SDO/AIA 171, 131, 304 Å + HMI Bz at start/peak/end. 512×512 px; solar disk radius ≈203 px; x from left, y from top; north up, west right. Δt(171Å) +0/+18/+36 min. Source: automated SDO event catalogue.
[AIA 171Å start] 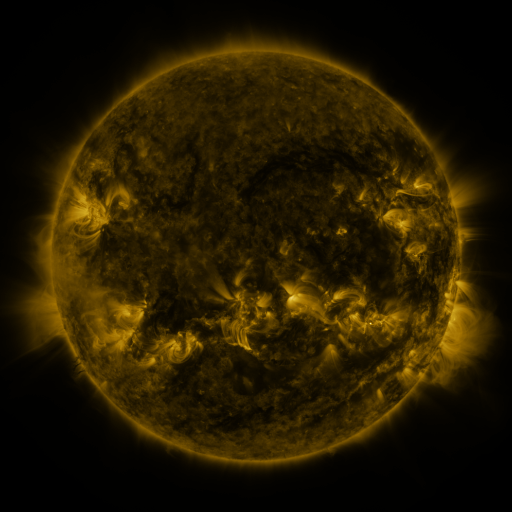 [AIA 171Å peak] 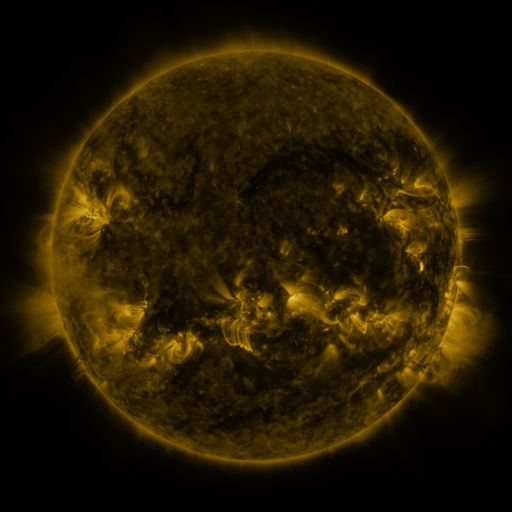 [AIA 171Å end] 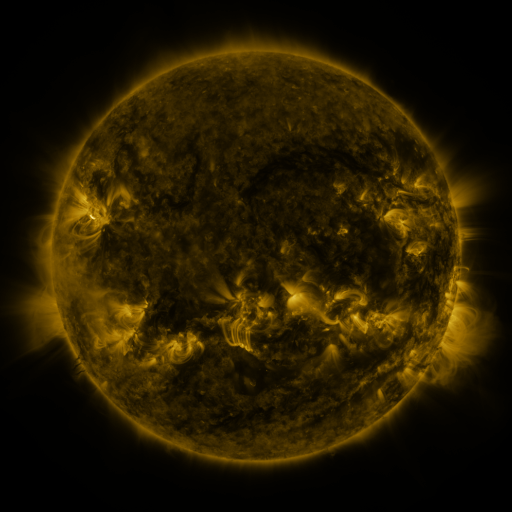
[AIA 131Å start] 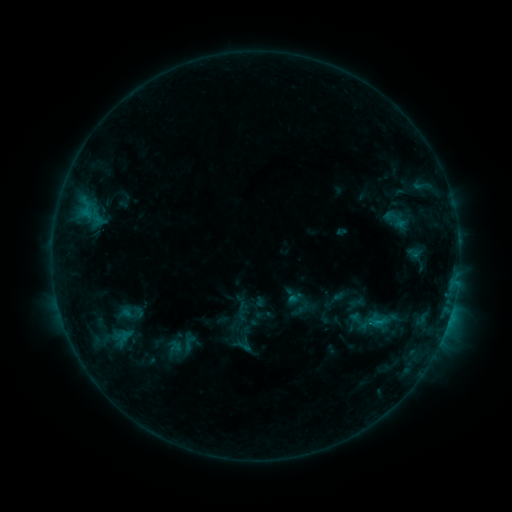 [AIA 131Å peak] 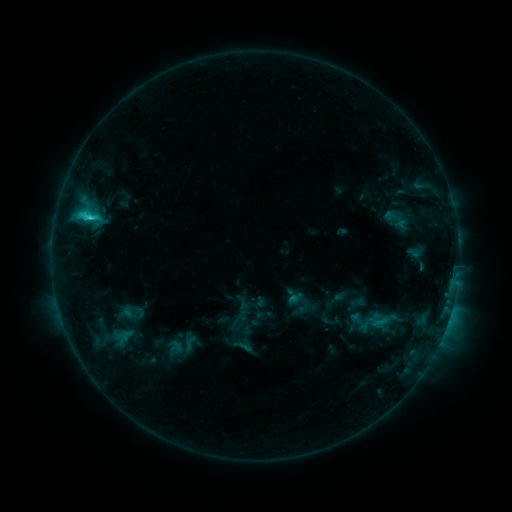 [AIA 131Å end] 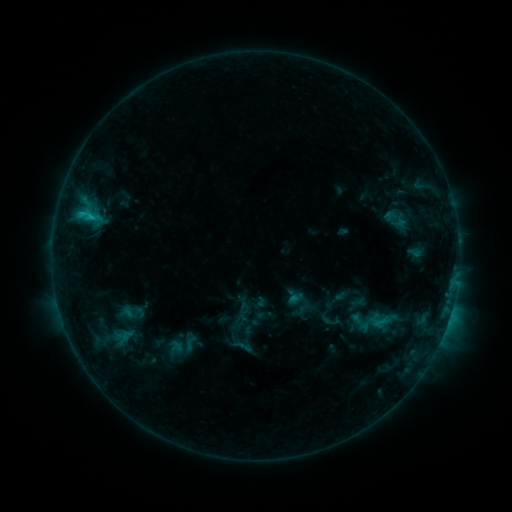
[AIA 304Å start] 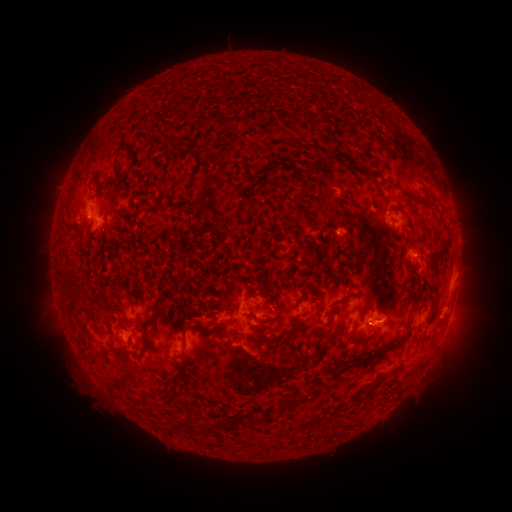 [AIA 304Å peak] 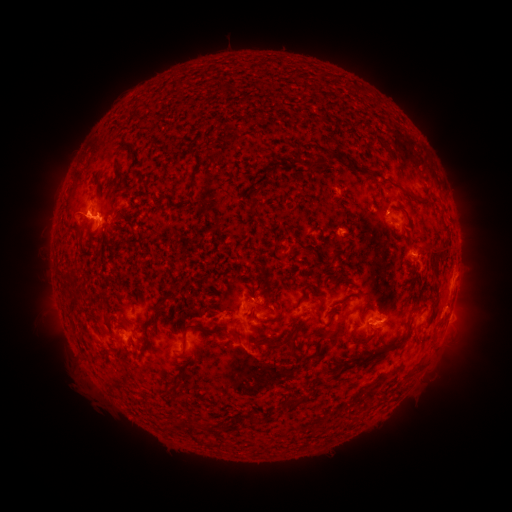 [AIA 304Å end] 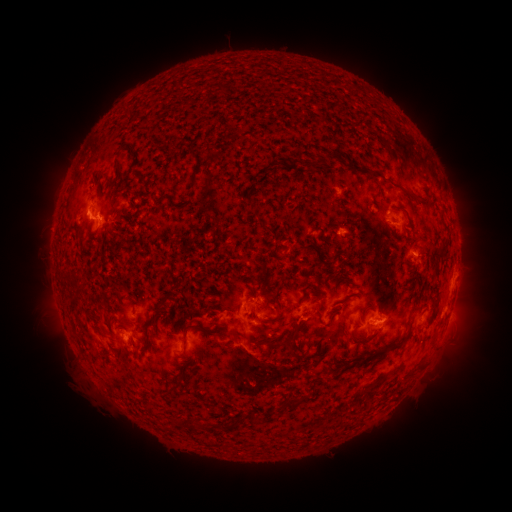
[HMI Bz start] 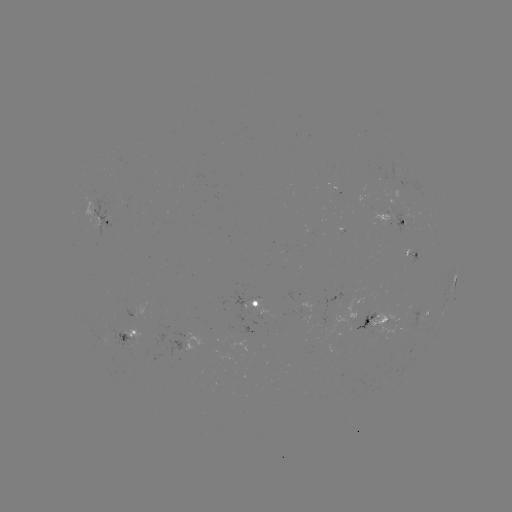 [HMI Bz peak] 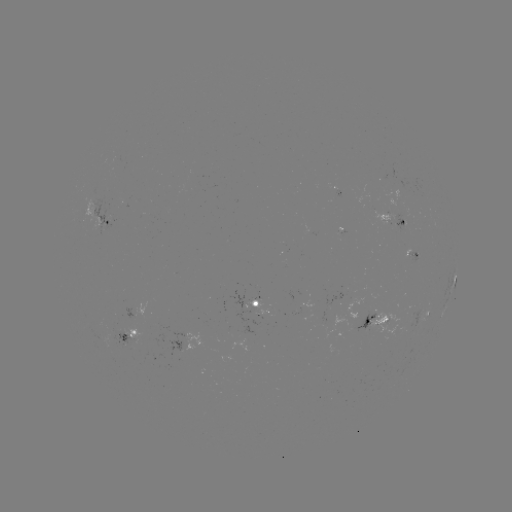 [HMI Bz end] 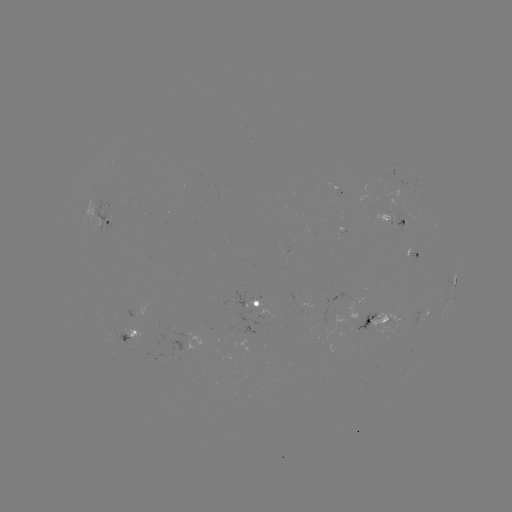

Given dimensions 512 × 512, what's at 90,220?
C2.2 flare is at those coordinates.